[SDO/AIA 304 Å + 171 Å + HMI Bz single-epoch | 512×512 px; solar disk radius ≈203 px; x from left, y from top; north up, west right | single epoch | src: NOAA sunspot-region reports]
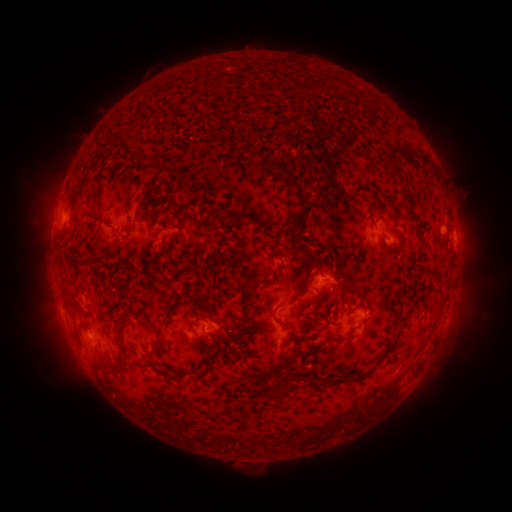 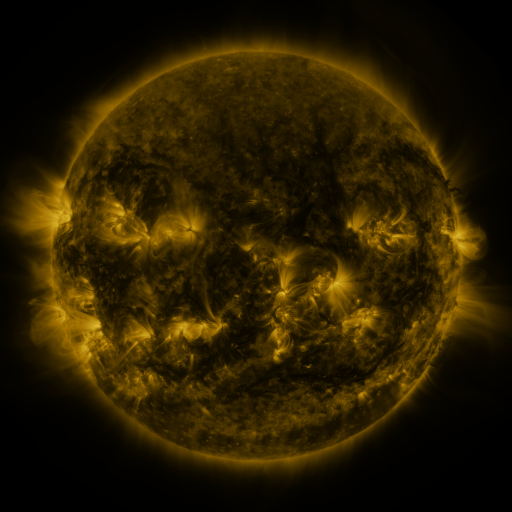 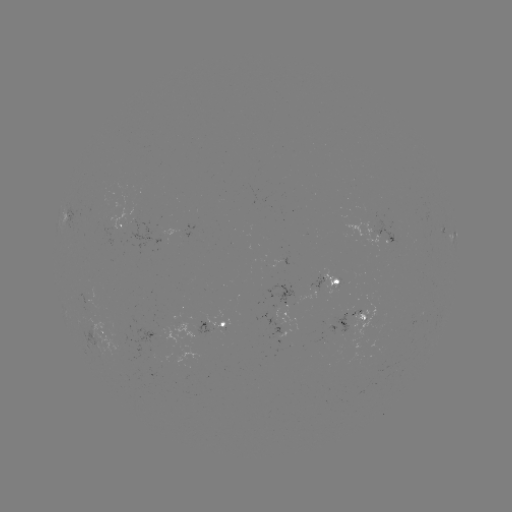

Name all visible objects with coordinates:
spotted active region: (123, 227)
spotted active region: (378, 231)
spotted active region: (455, 234)
spotted active region: (335, 280)
spotted active region: (287, 313)
spotted active region: (356, 314)
spotted active region: (218, 327)
spotted active region: (103, 332)
